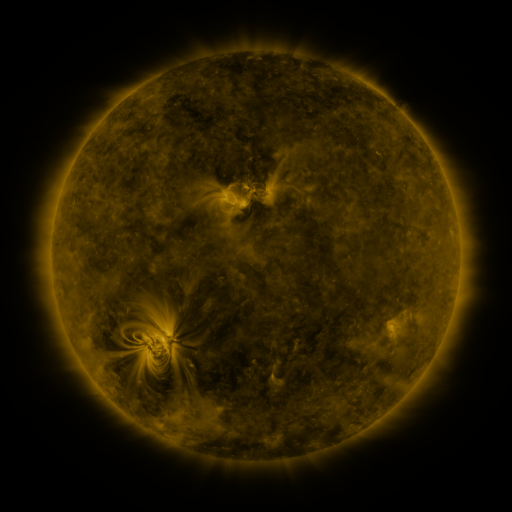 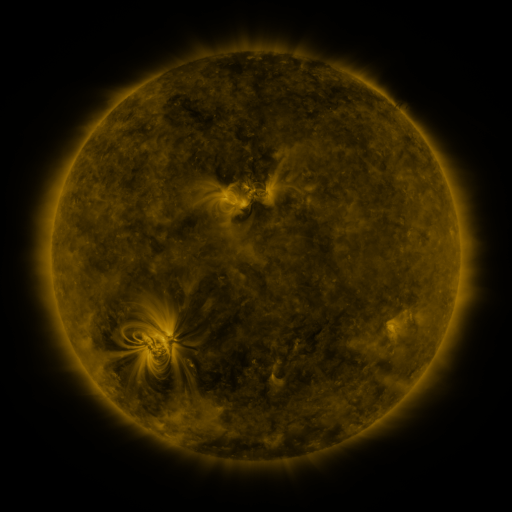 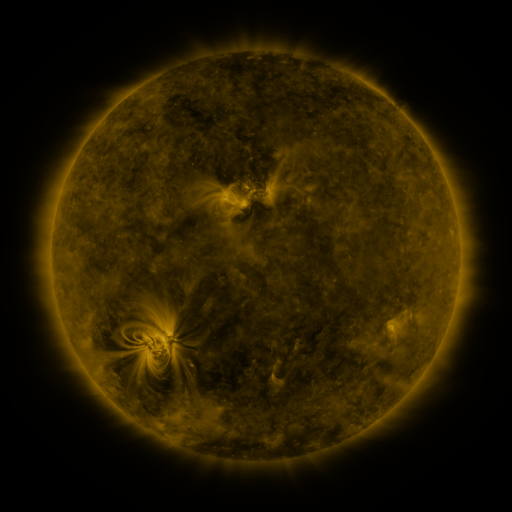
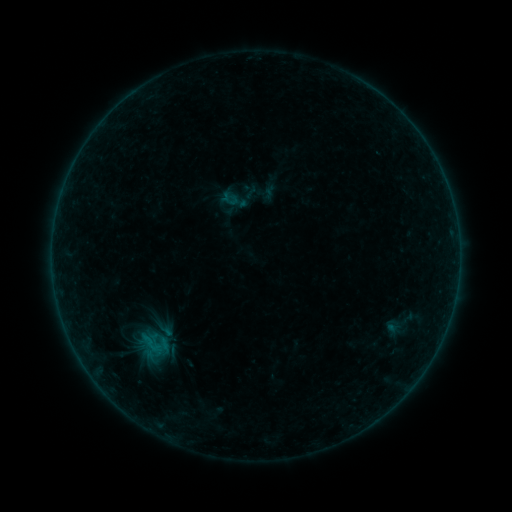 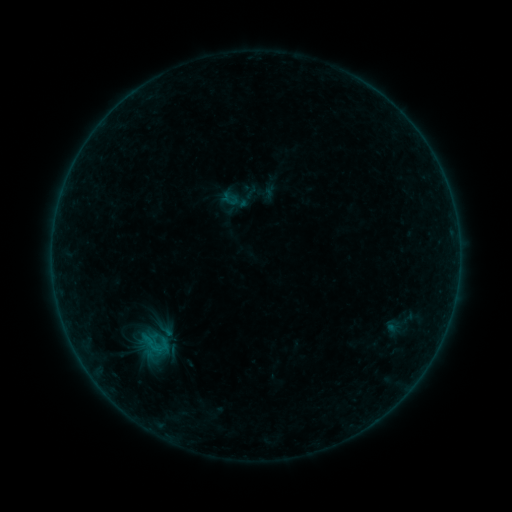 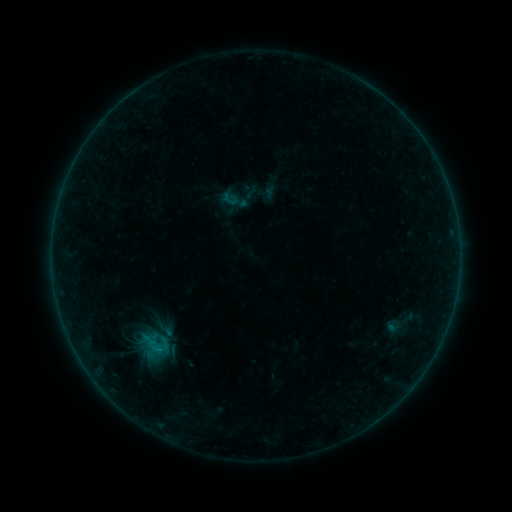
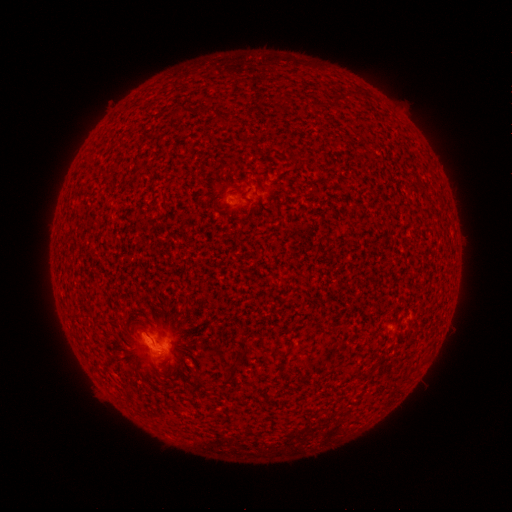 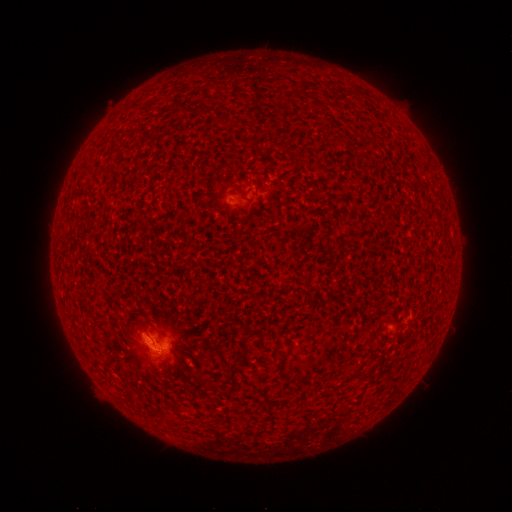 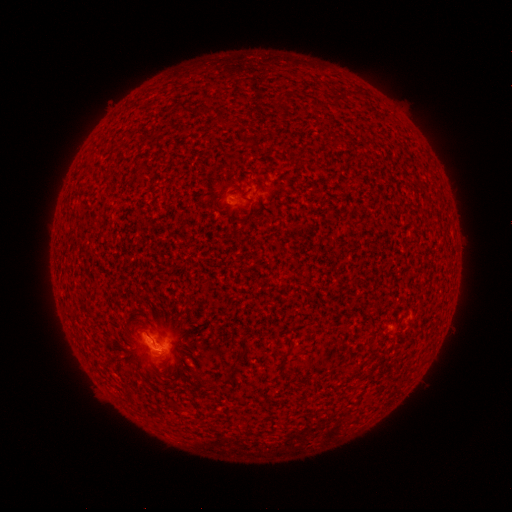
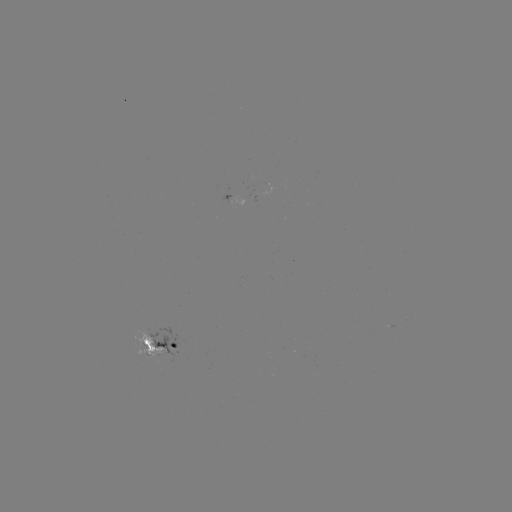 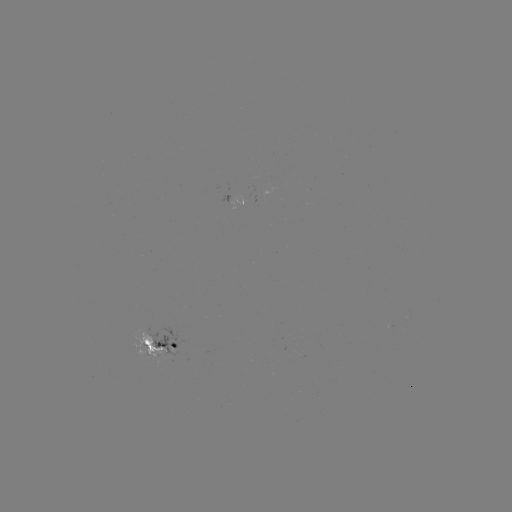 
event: flare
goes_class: B3.8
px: (160, 349)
